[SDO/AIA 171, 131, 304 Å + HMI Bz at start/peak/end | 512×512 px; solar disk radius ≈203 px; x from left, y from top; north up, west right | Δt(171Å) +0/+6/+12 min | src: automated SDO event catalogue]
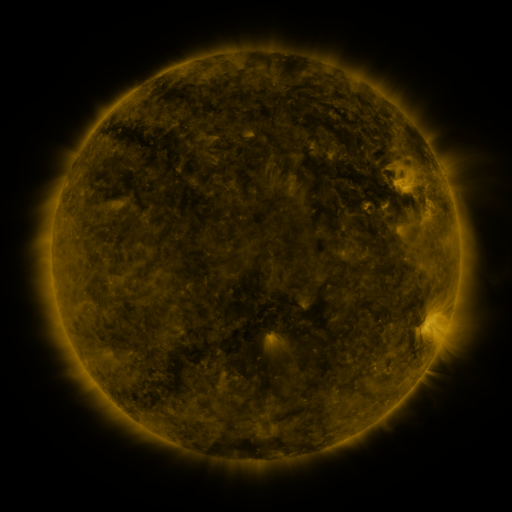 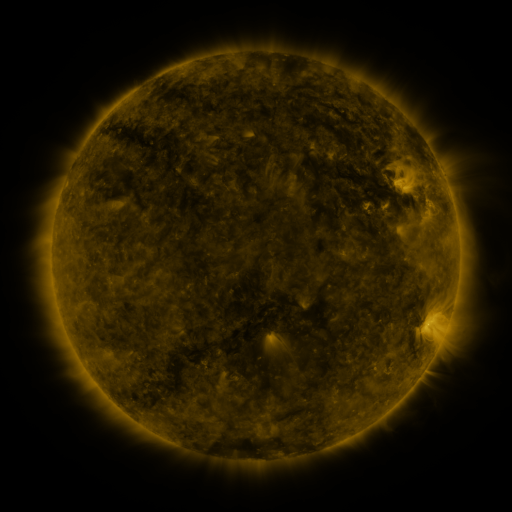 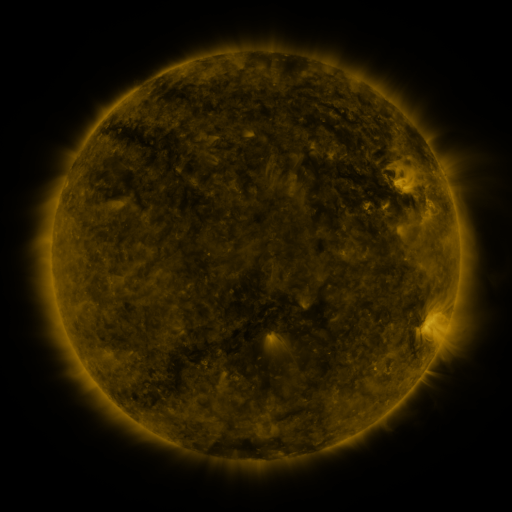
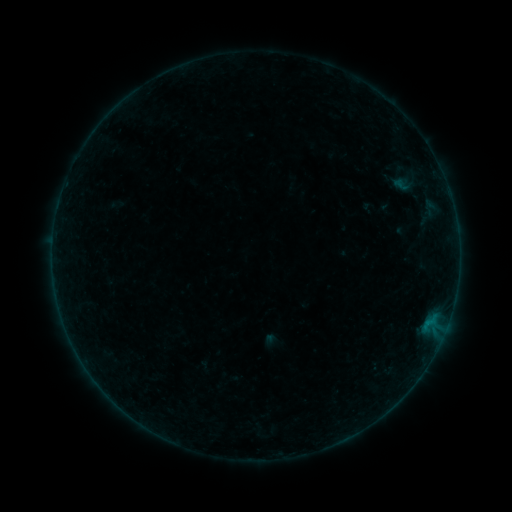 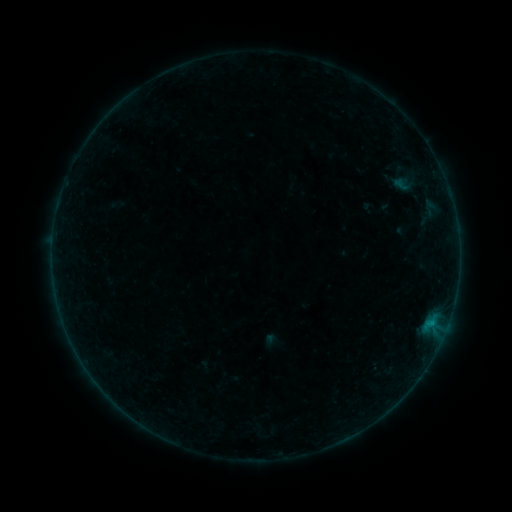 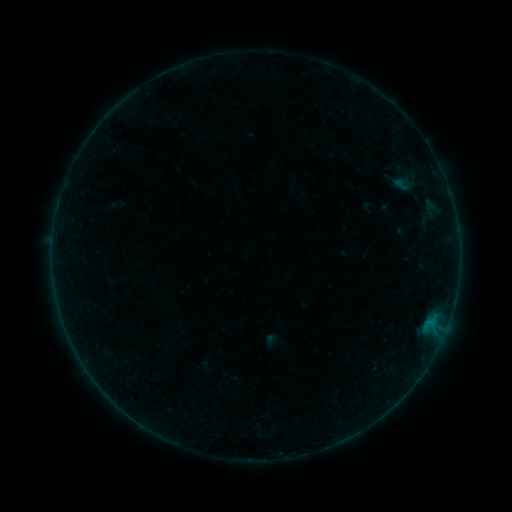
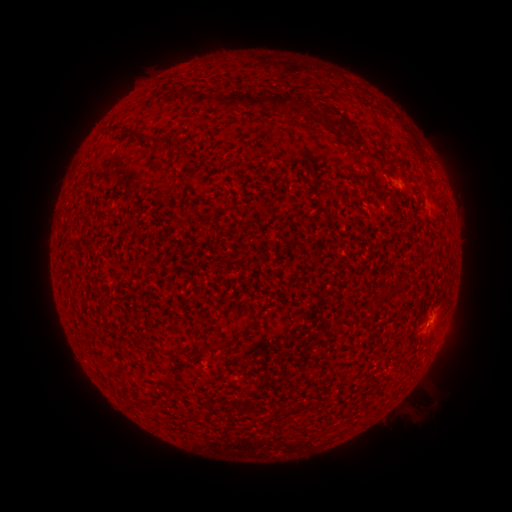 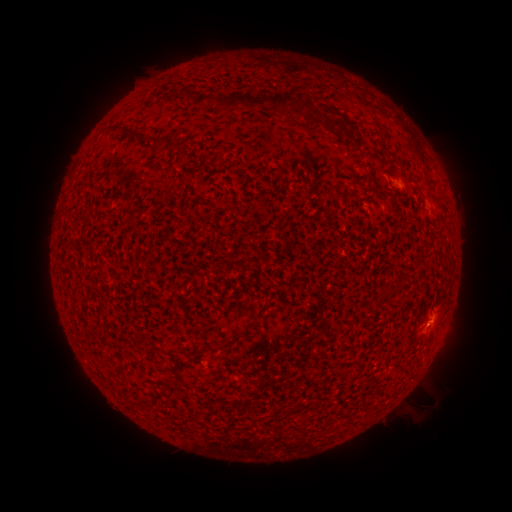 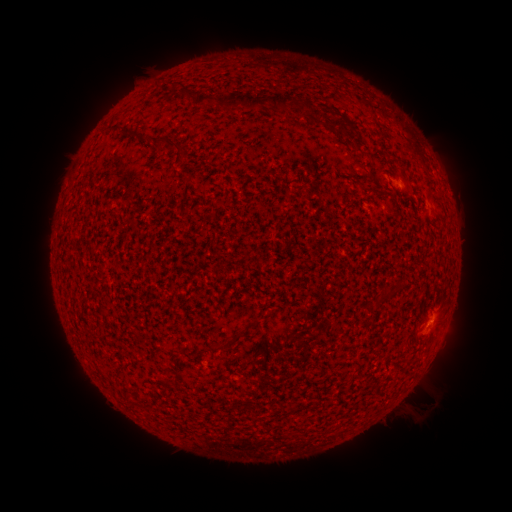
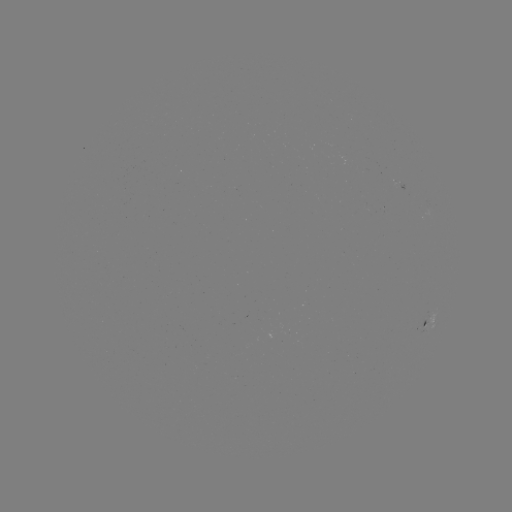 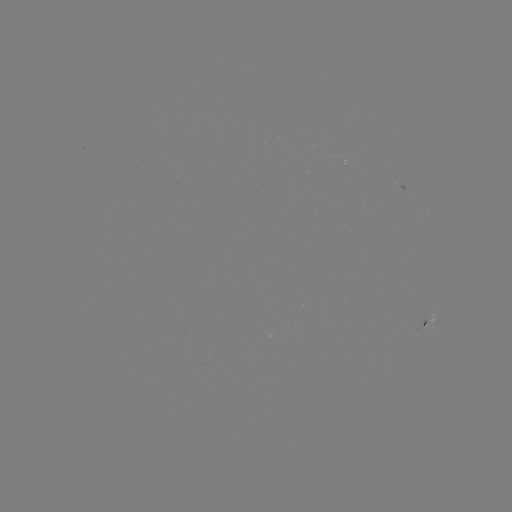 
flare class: B1.4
